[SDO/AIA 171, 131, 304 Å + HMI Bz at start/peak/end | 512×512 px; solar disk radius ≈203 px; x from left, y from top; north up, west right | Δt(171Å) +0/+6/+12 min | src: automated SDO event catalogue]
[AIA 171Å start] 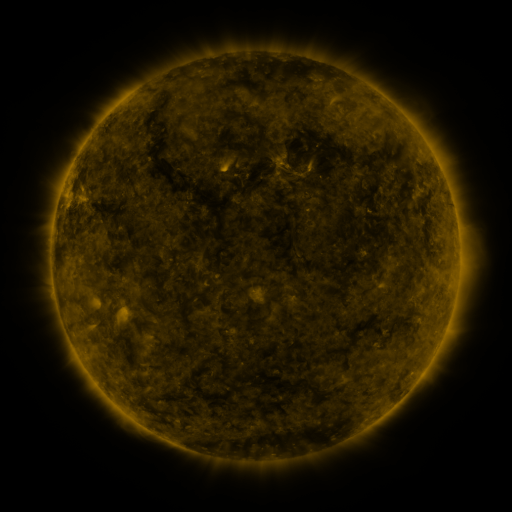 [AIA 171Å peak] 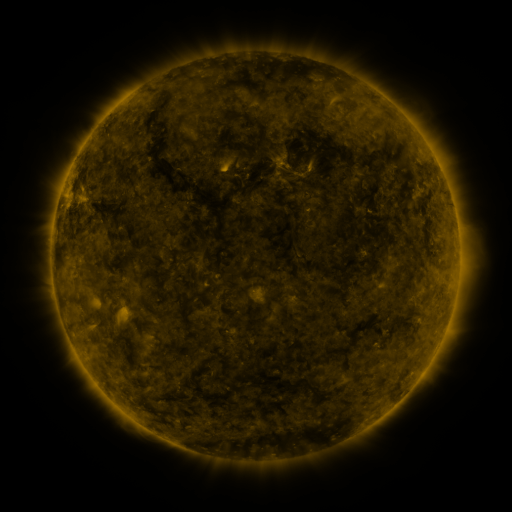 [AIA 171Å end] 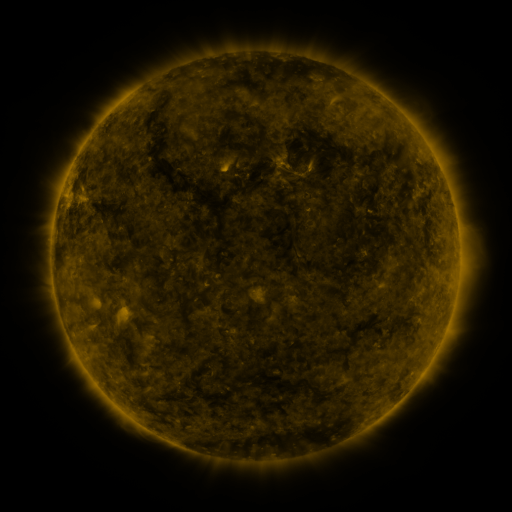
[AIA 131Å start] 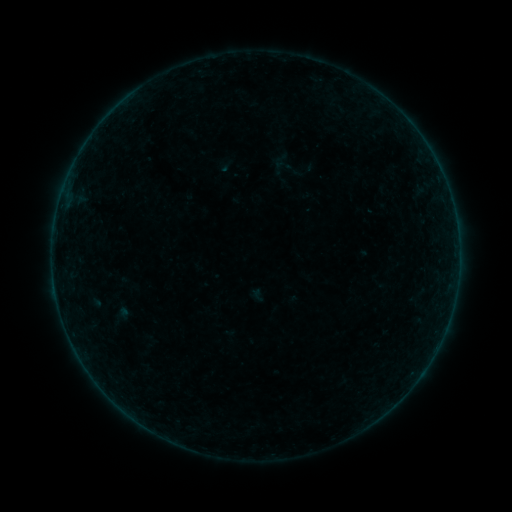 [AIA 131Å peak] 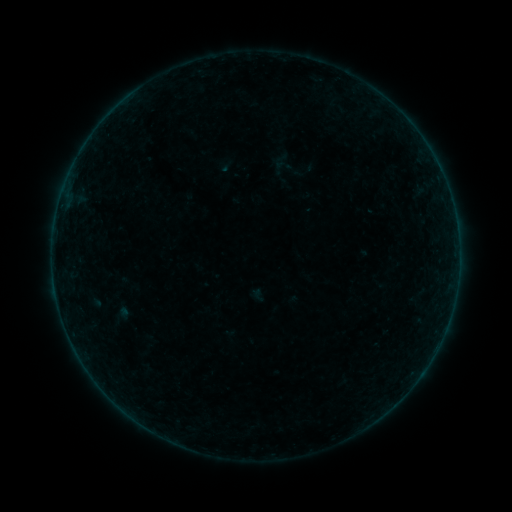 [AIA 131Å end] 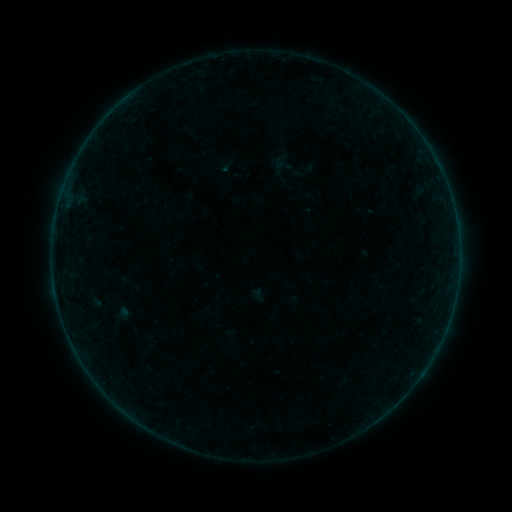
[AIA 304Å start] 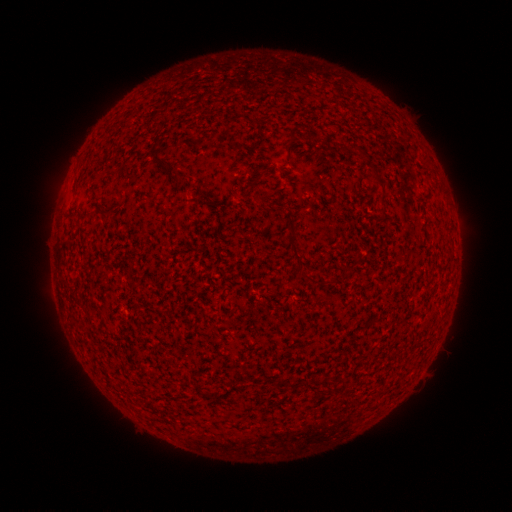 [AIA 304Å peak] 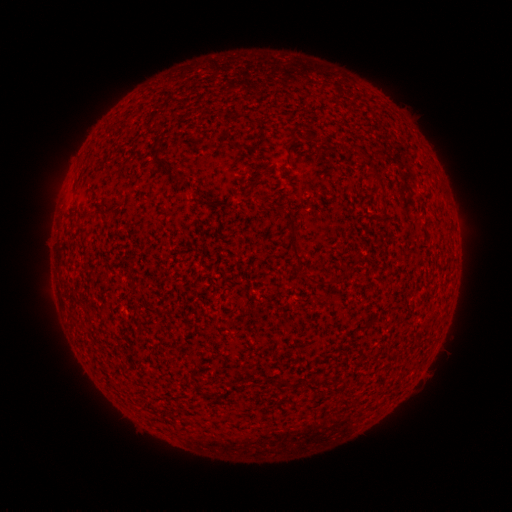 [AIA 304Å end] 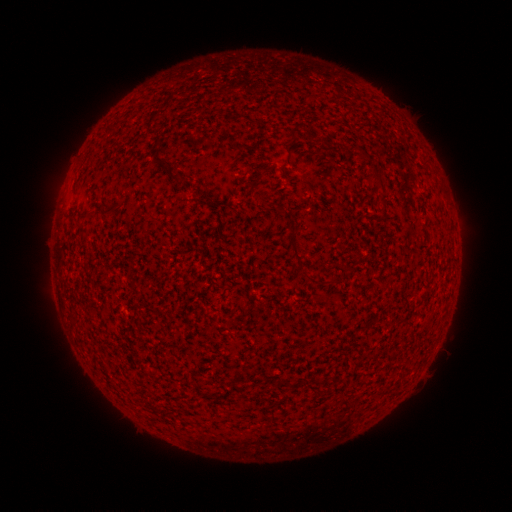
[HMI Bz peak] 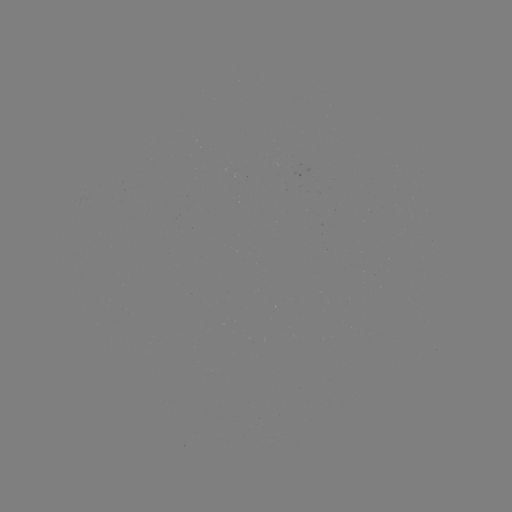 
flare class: B1.9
